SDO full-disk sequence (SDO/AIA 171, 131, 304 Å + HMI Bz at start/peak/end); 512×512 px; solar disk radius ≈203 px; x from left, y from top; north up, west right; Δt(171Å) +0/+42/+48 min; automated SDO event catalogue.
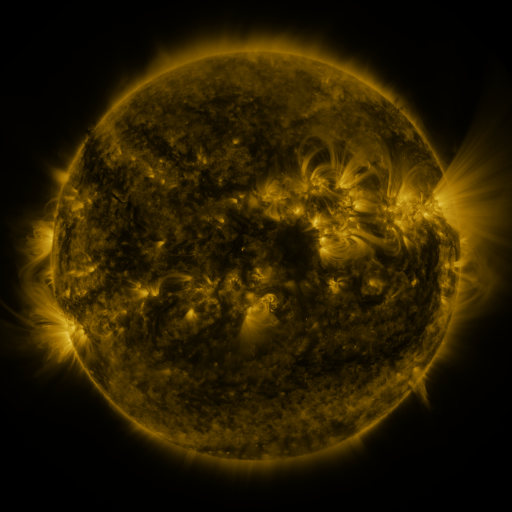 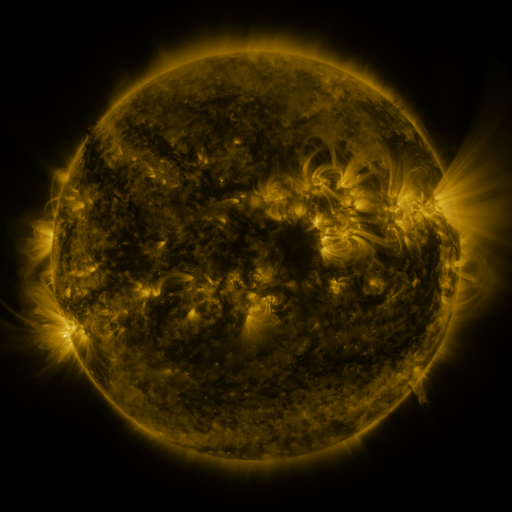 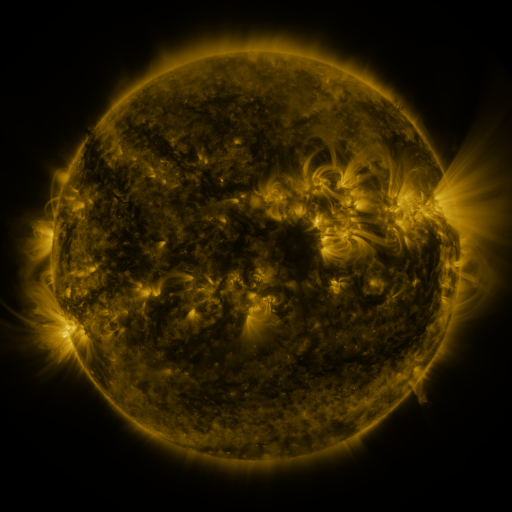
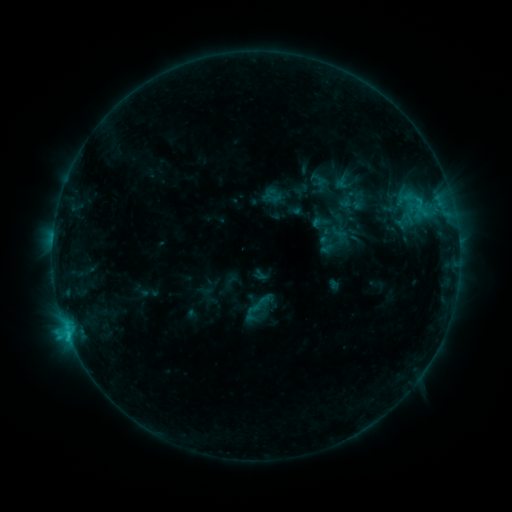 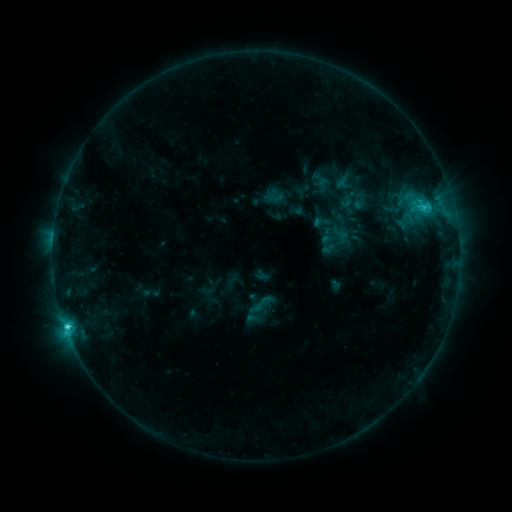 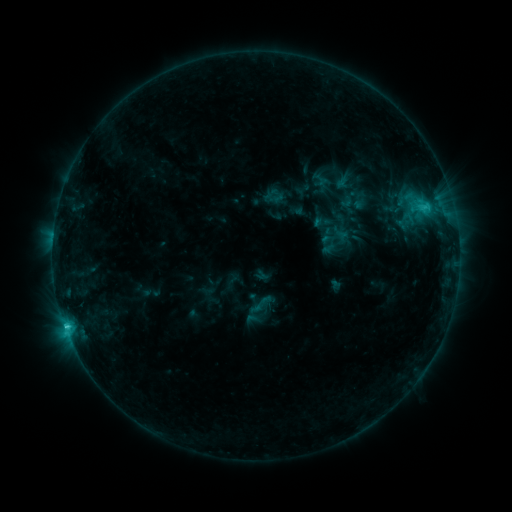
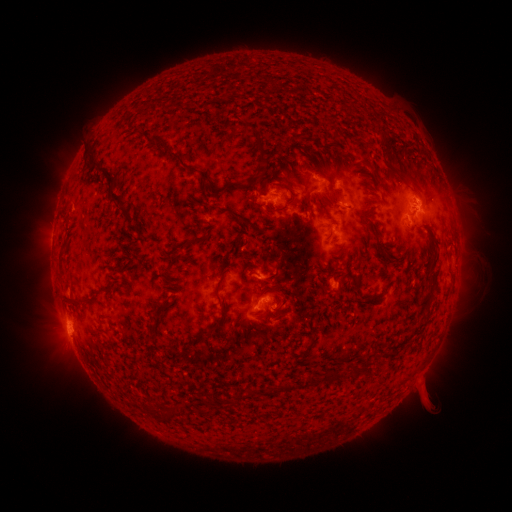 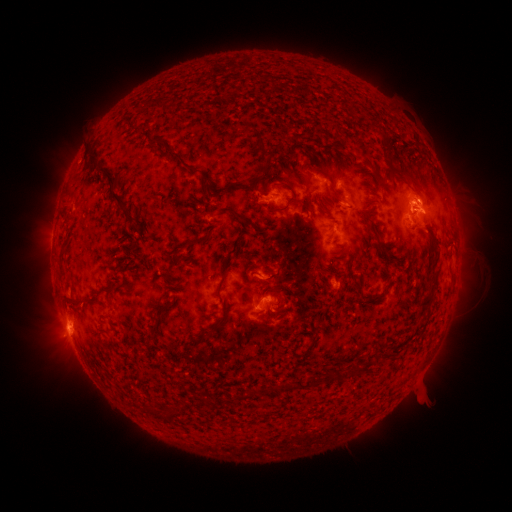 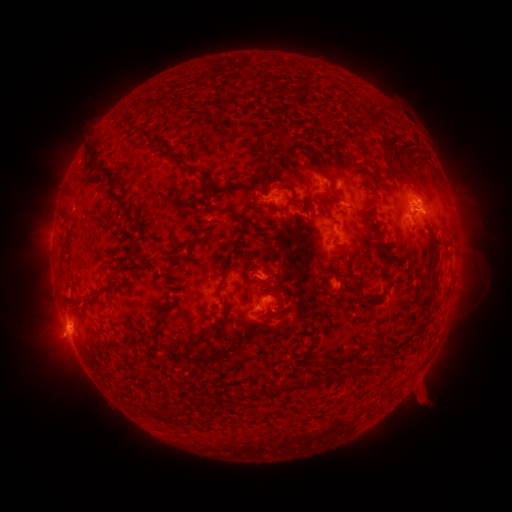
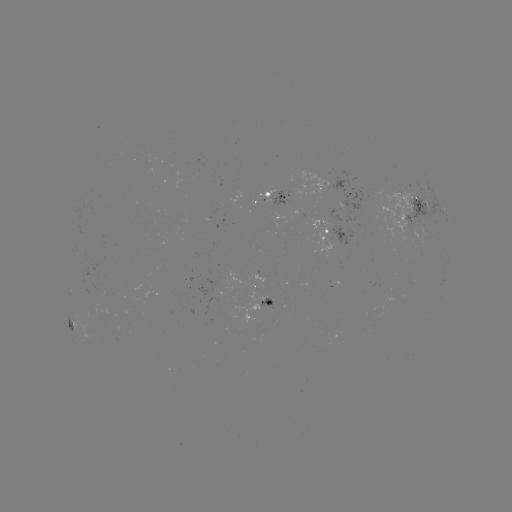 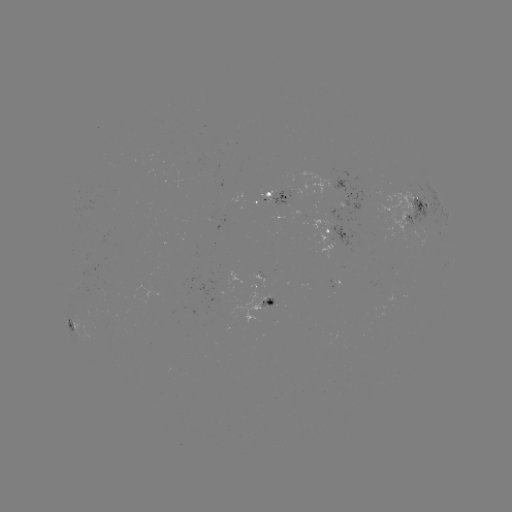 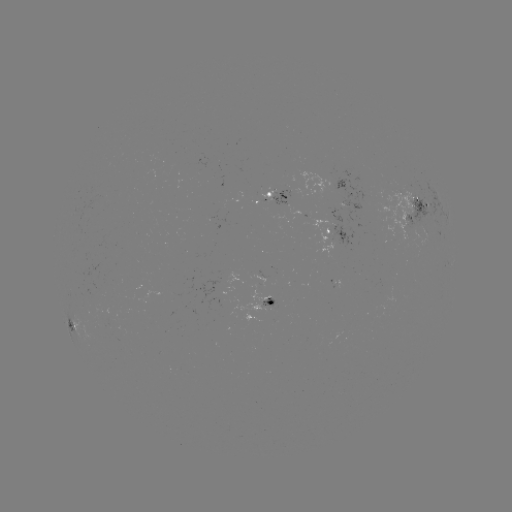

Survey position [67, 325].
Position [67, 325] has C3.1 flare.